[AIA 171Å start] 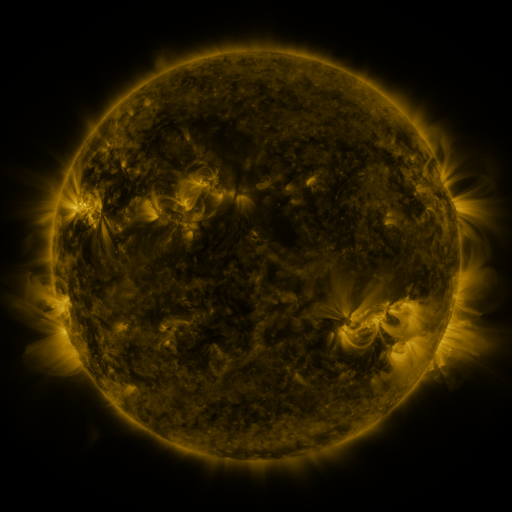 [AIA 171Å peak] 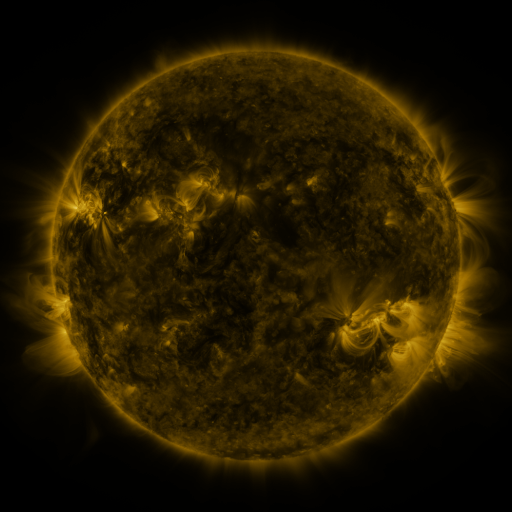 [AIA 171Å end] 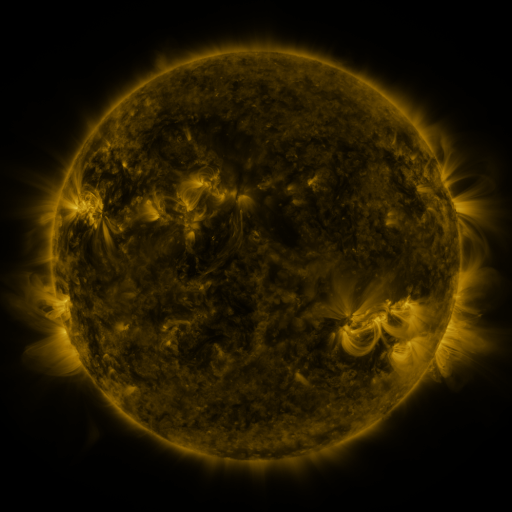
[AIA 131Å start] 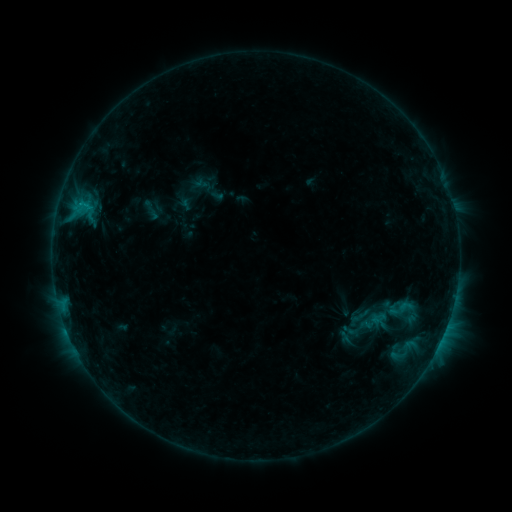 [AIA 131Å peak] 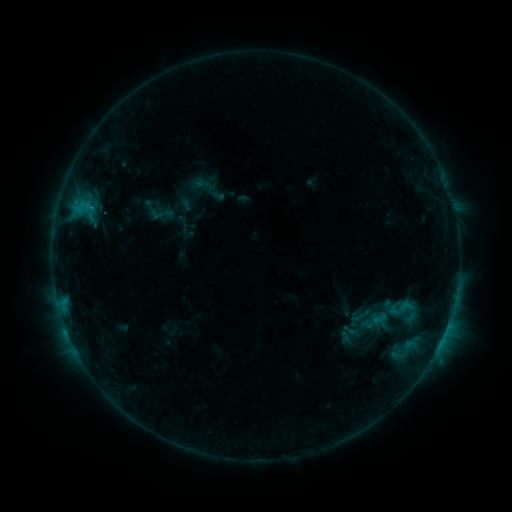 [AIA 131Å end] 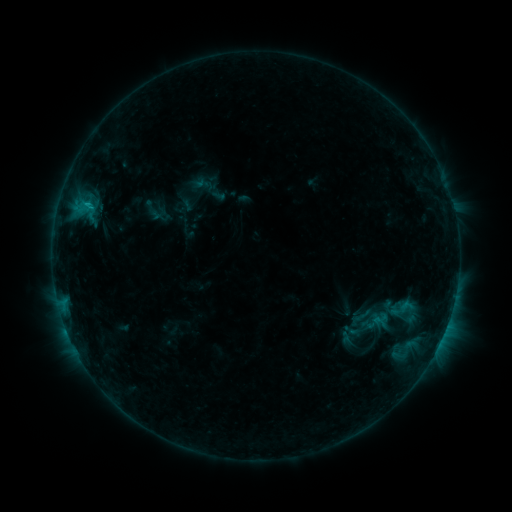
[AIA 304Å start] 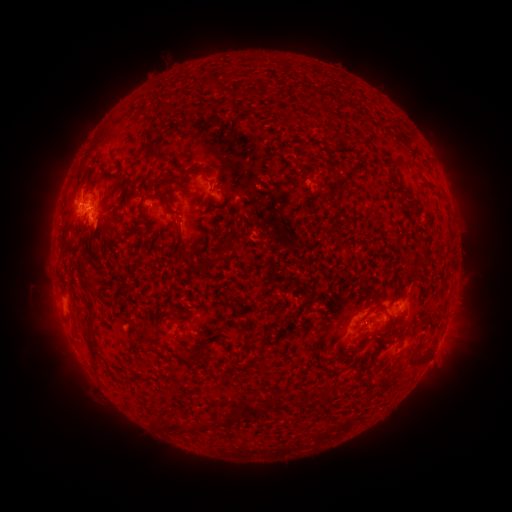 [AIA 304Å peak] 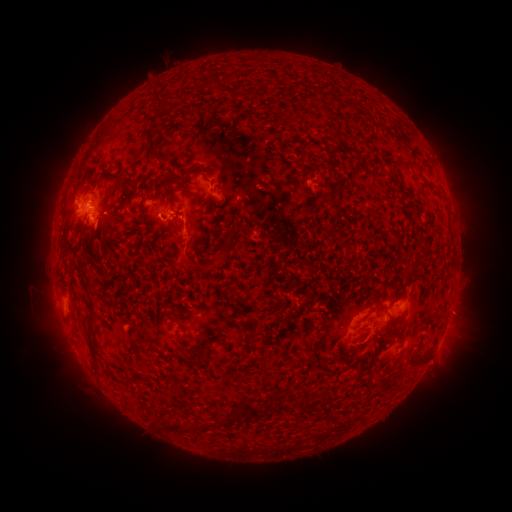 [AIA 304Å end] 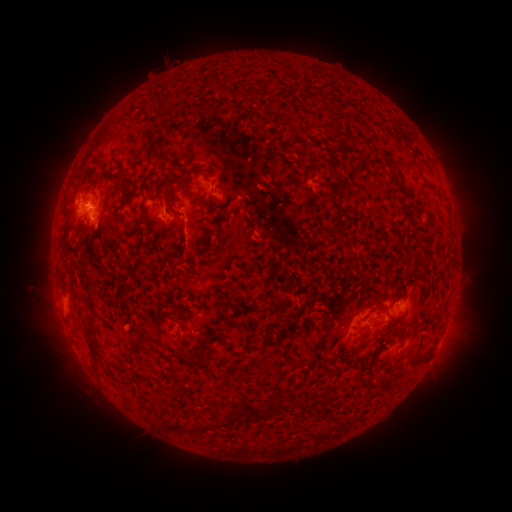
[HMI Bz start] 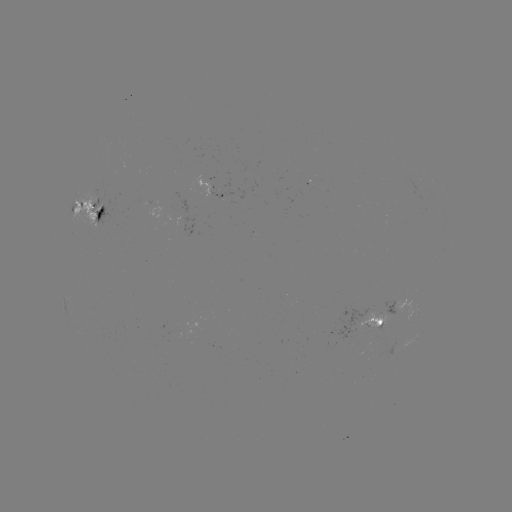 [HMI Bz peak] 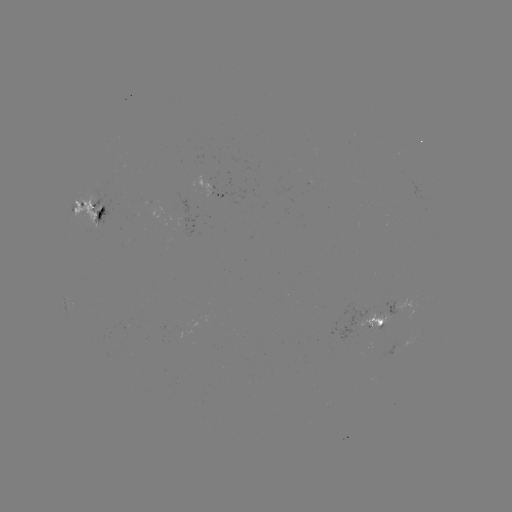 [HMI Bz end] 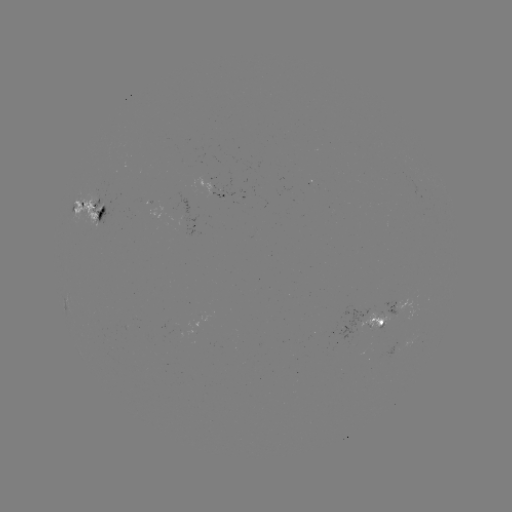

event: eruption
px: (181, 251)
